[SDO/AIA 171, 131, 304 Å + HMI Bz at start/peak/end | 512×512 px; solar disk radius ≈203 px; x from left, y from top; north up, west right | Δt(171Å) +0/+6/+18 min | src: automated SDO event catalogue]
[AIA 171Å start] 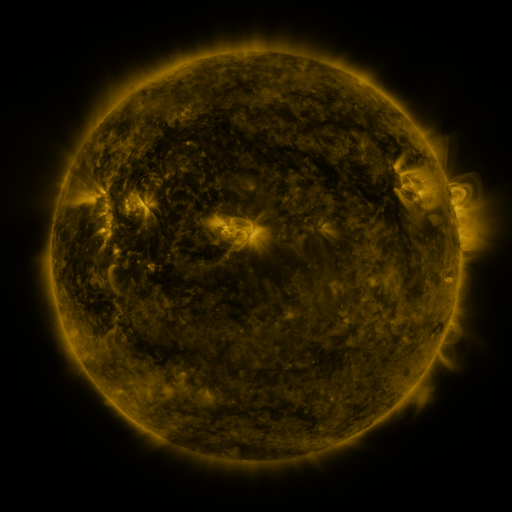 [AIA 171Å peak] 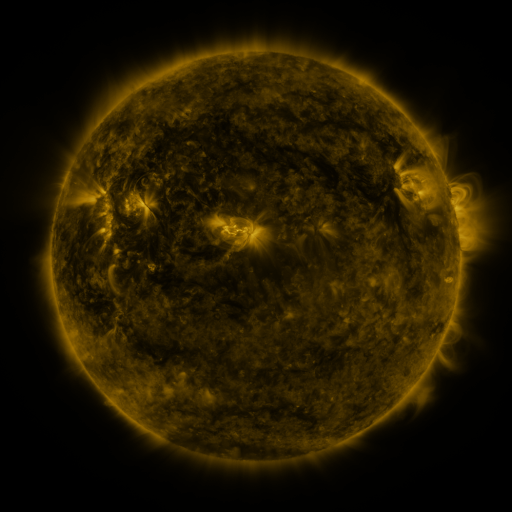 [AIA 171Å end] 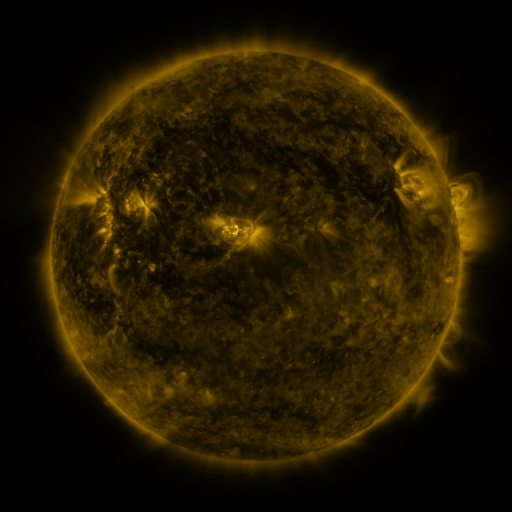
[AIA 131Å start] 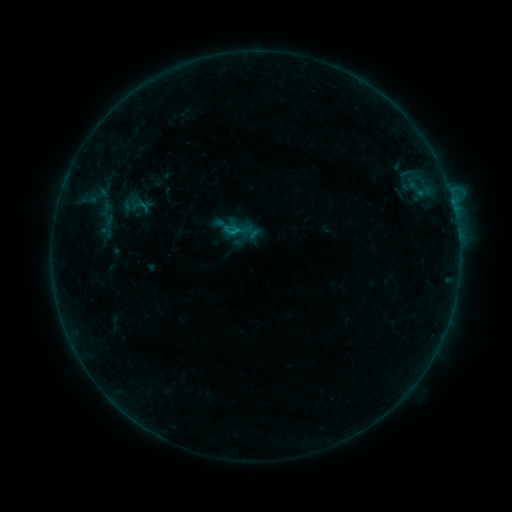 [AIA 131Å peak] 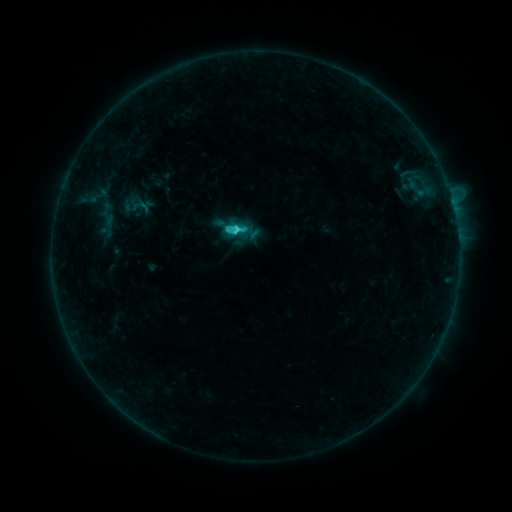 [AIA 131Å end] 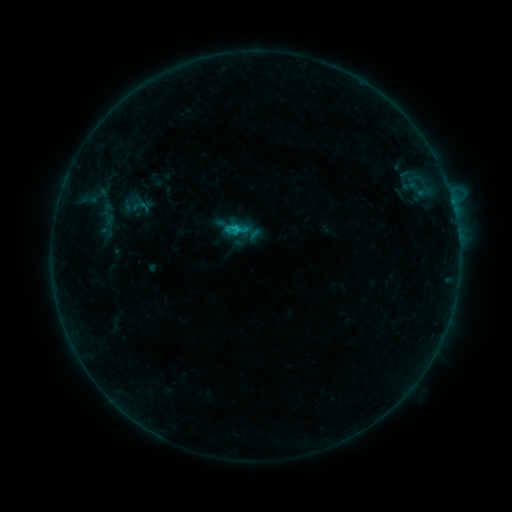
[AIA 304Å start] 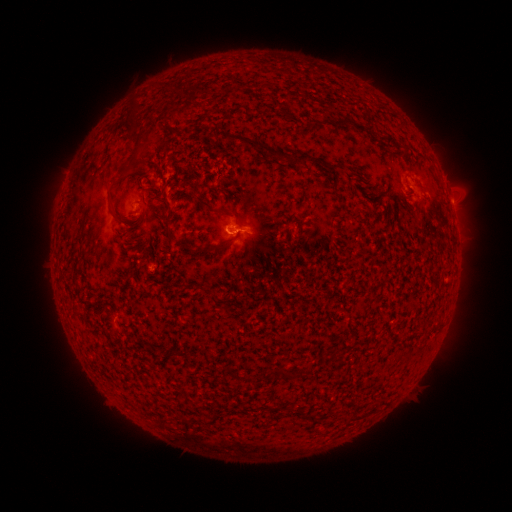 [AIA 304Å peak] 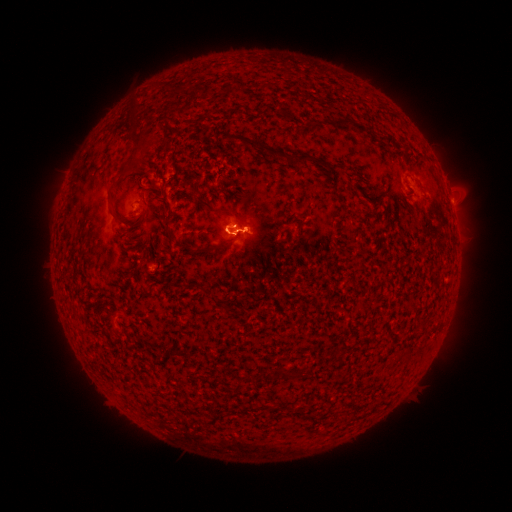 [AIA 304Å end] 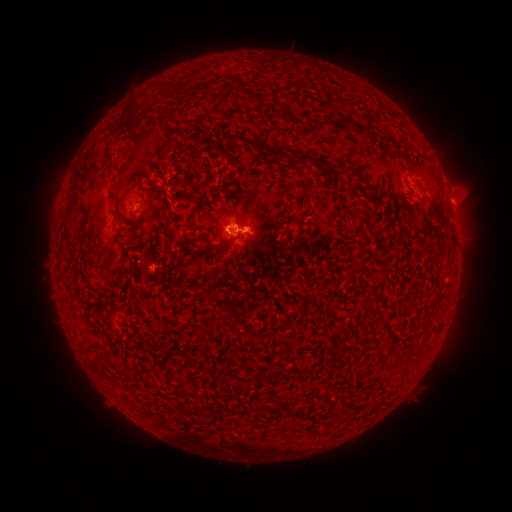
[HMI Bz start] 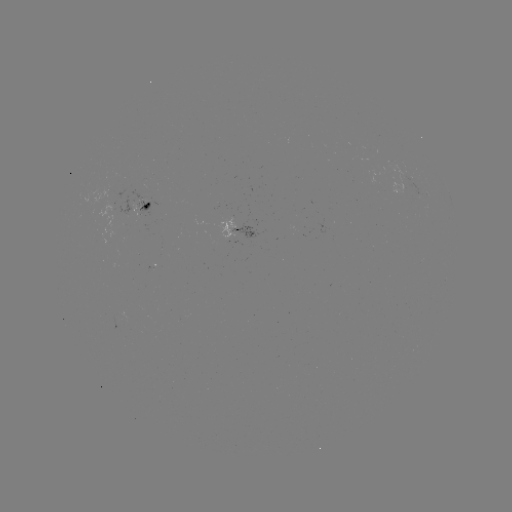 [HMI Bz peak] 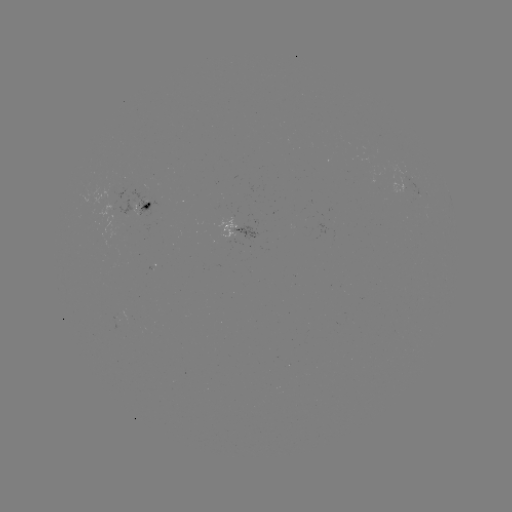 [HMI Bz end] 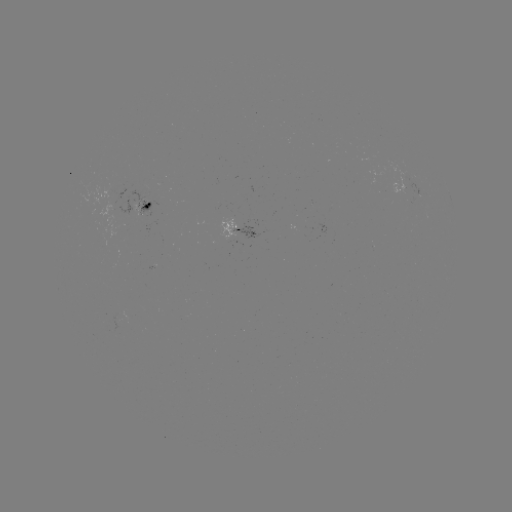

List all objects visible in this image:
C1.9 flare: (238, 229)
